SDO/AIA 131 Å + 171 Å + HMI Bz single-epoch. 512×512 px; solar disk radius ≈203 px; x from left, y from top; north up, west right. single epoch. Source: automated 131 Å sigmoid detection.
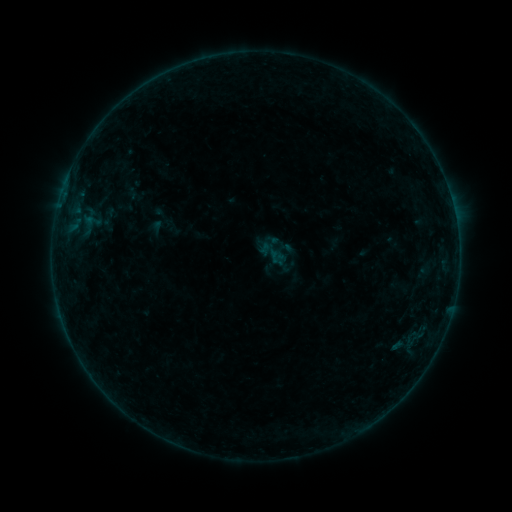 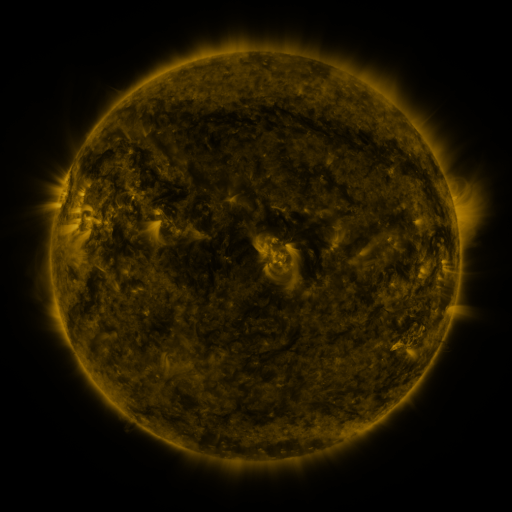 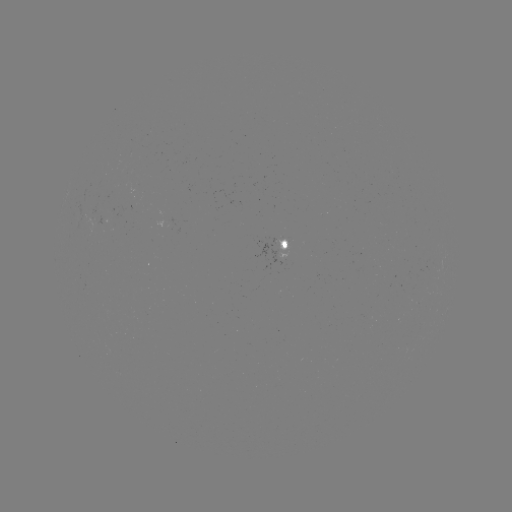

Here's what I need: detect sigmoid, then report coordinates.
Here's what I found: sigmoid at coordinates (272, 253).